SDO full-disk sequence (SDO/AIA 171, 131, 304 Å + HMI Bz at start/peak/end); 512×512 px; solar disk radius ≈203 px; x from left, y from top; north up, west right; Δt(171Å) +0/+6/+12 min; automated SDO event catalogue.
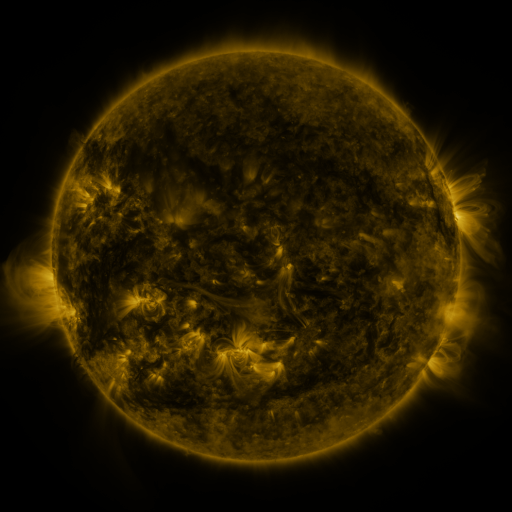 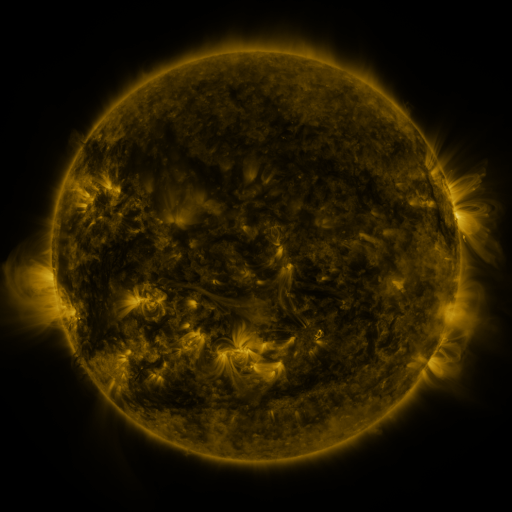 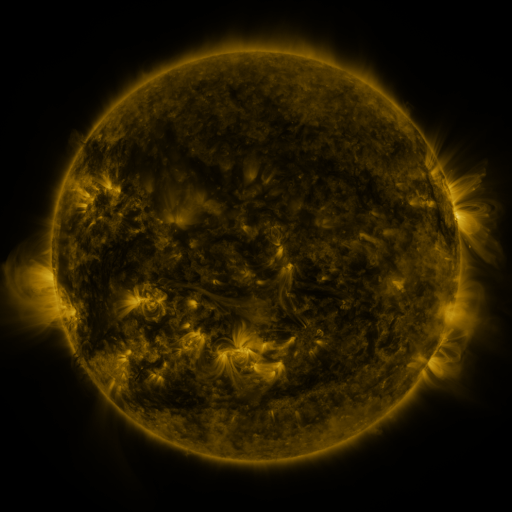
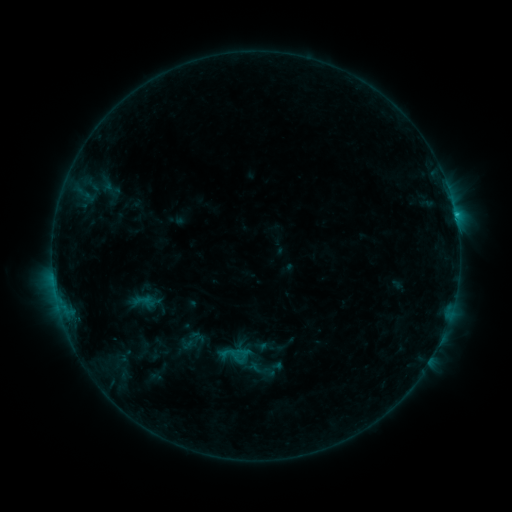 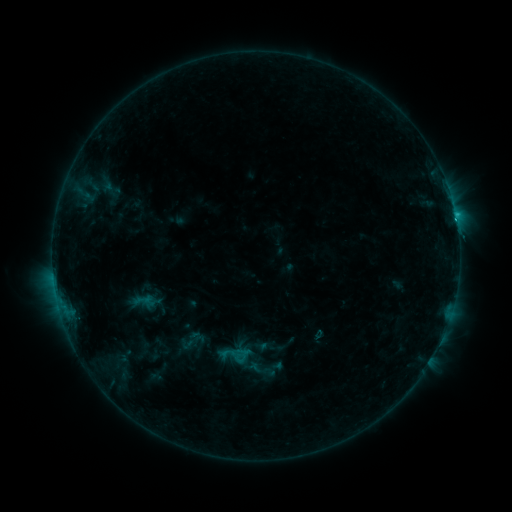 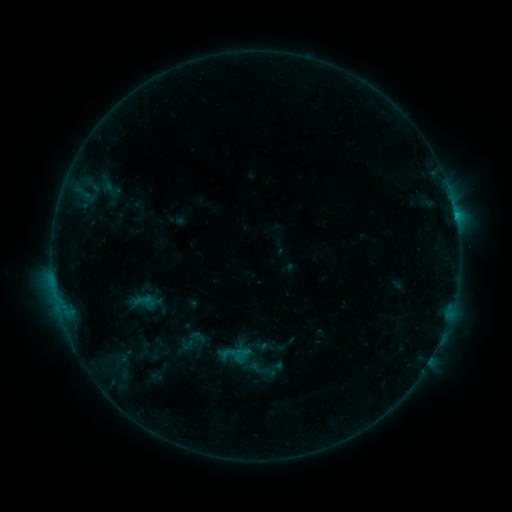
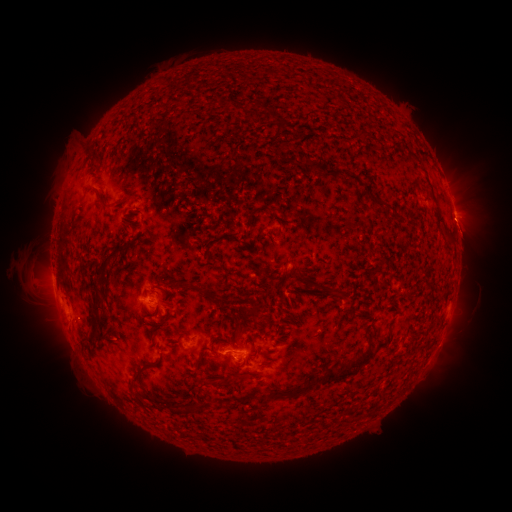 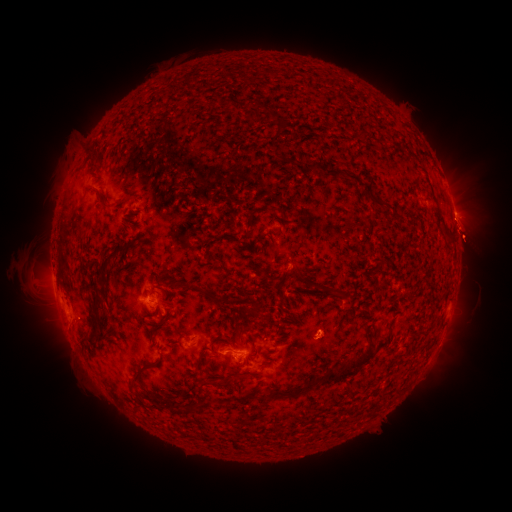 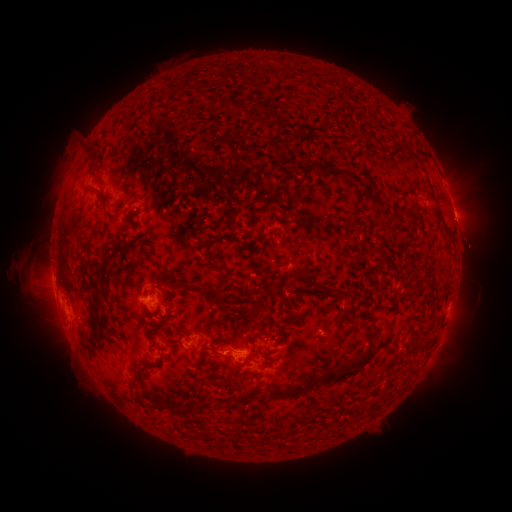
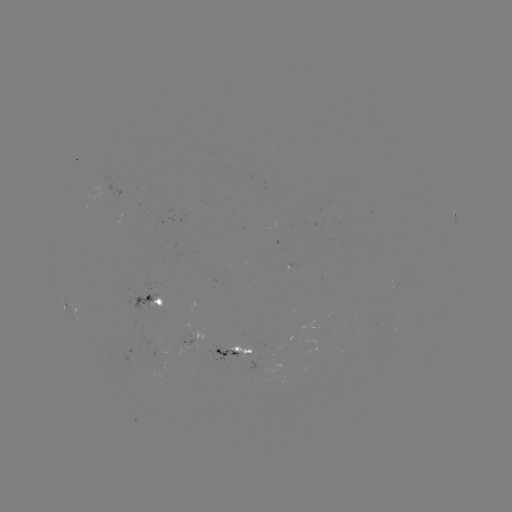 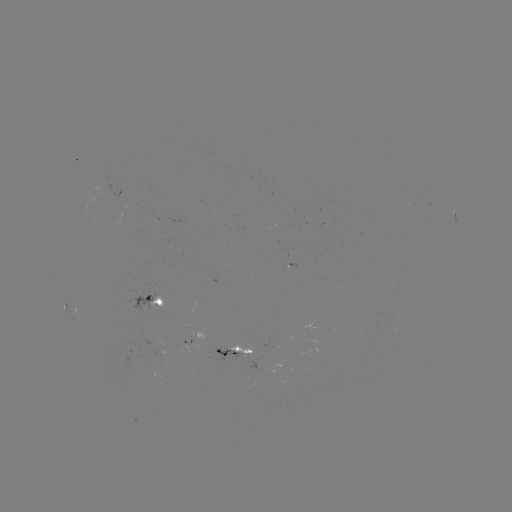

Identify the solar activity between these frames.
eruption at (470, 286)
